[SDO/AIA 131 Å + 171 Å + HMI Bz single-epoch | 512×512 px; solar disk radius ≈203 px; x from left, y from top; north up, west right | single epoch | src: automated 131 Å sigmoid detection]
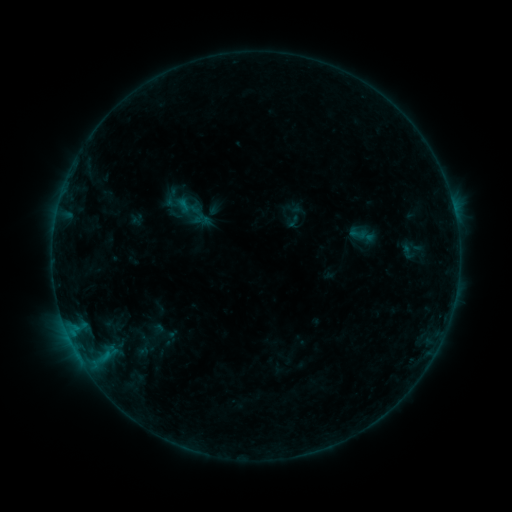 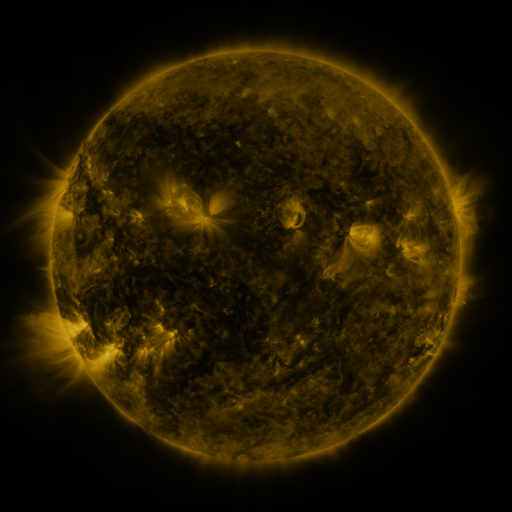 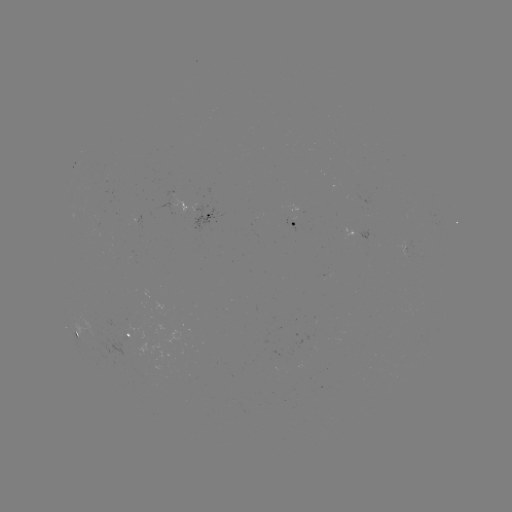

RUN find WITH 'sigmoid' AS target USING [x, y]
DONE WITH [409, 251] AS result